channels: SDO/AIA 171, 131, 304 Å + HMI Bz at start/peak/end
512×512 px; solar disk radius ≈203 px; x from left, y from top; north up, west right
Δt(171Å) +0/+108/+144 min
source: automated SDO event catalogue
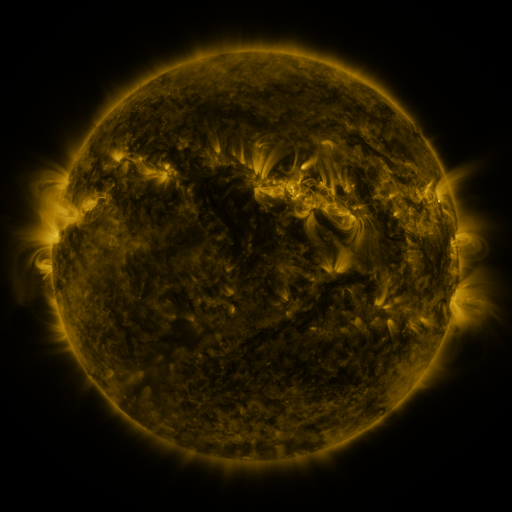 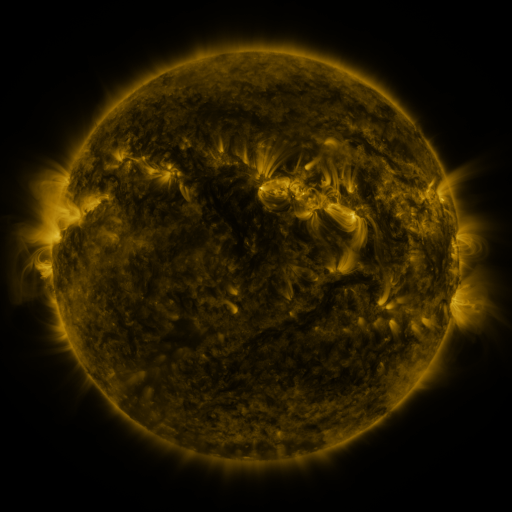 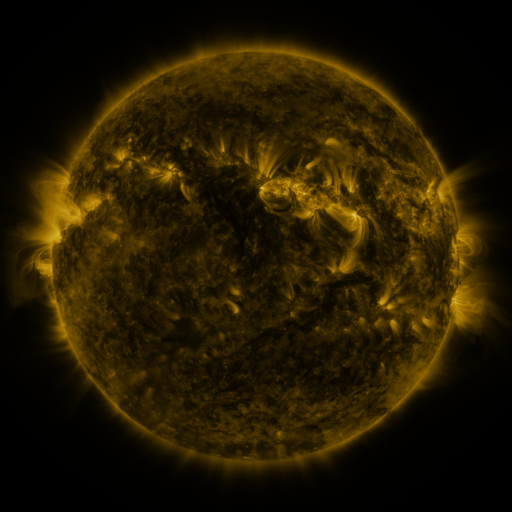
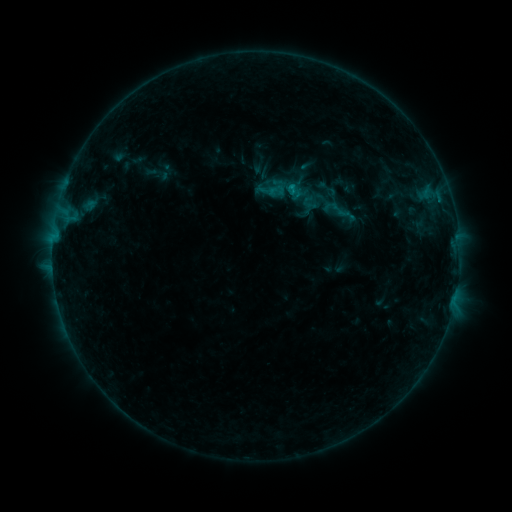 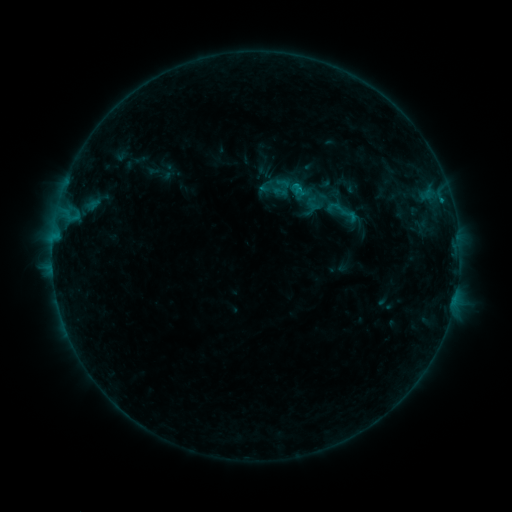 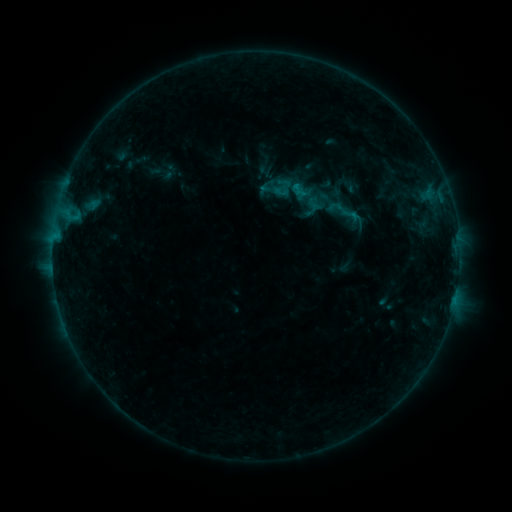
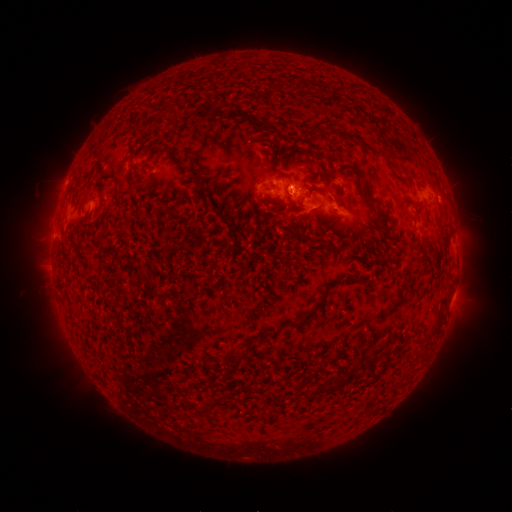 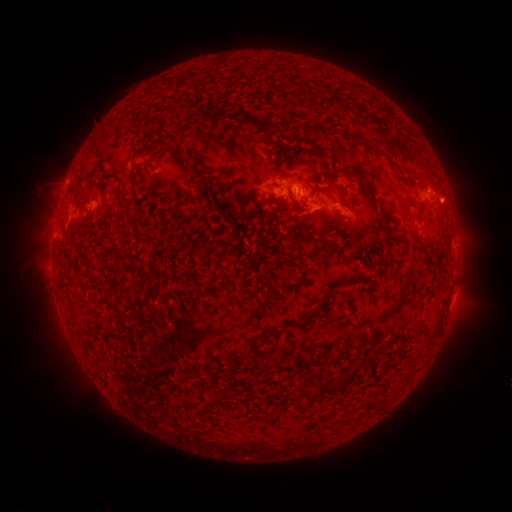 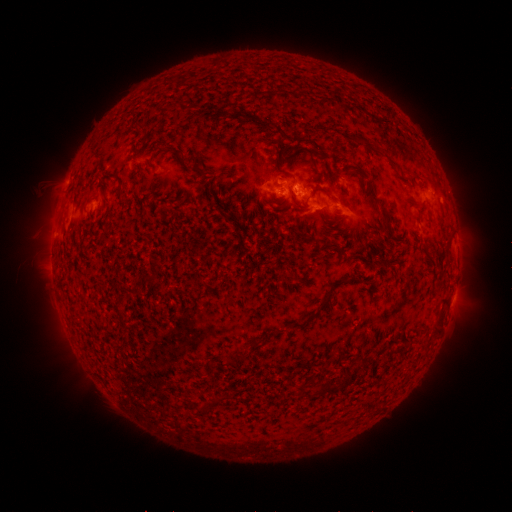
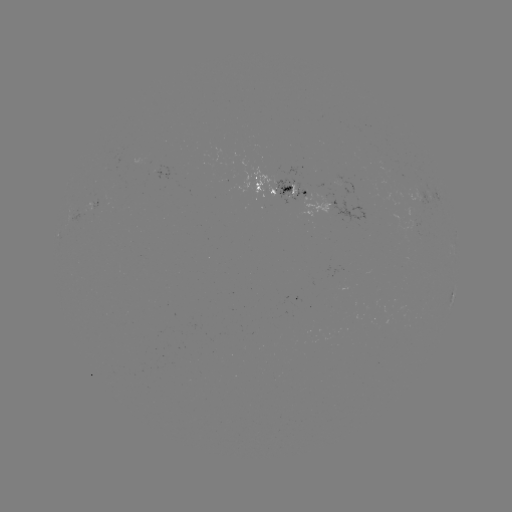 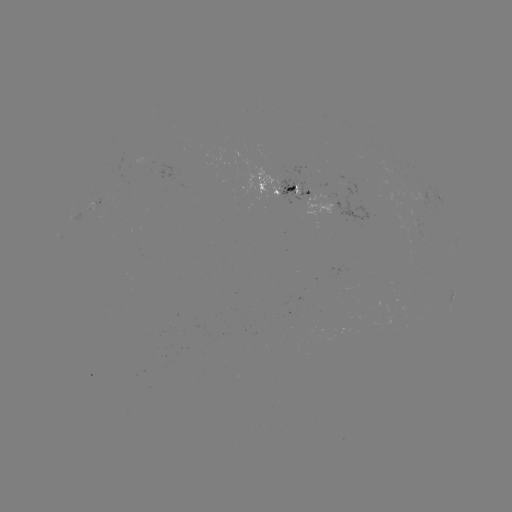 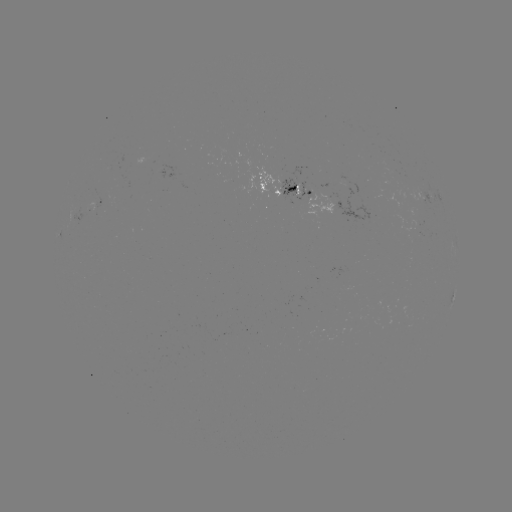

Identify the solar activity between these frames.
emerging-flux region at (324, 202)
